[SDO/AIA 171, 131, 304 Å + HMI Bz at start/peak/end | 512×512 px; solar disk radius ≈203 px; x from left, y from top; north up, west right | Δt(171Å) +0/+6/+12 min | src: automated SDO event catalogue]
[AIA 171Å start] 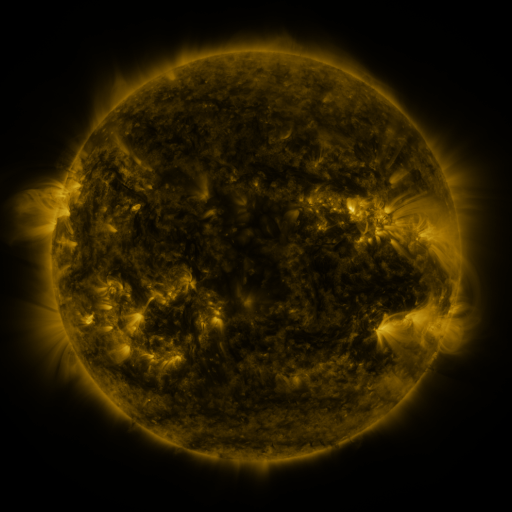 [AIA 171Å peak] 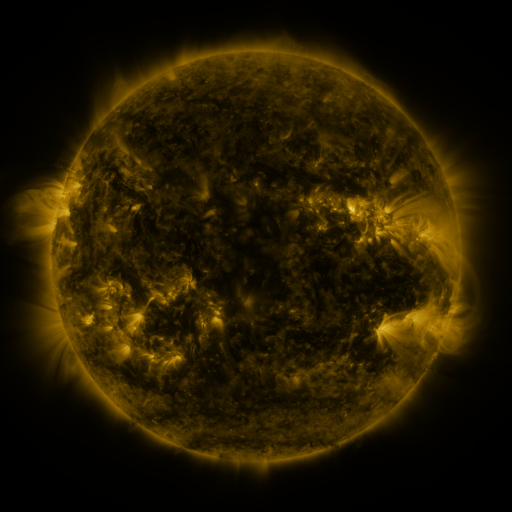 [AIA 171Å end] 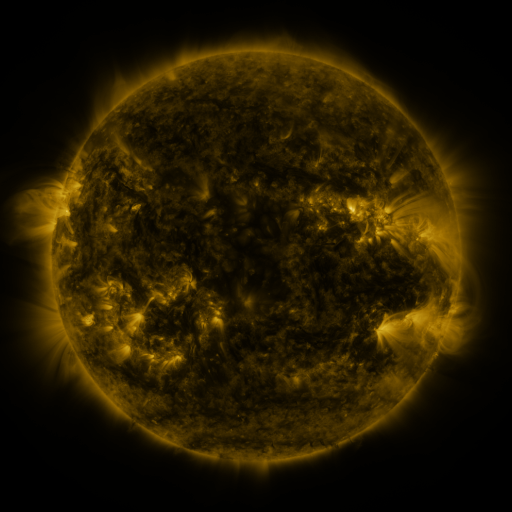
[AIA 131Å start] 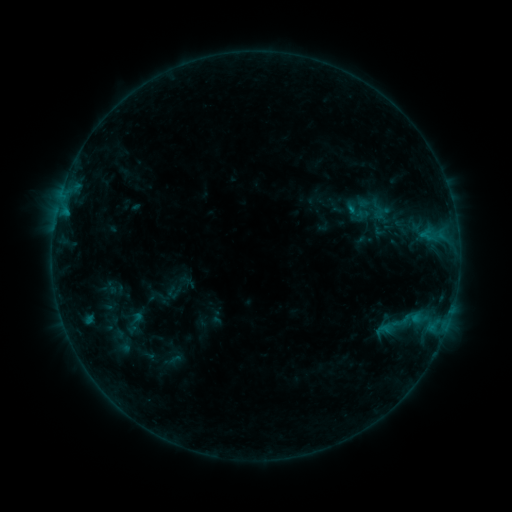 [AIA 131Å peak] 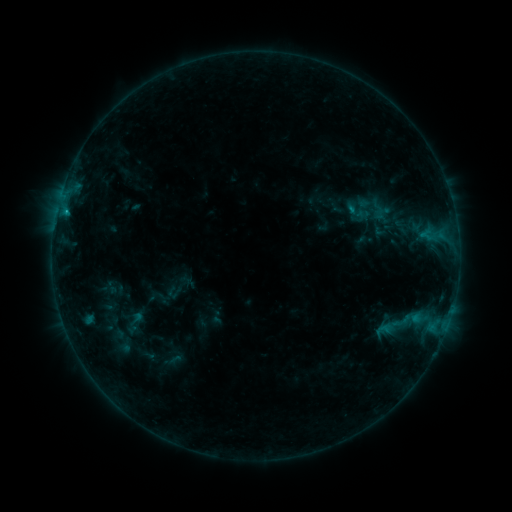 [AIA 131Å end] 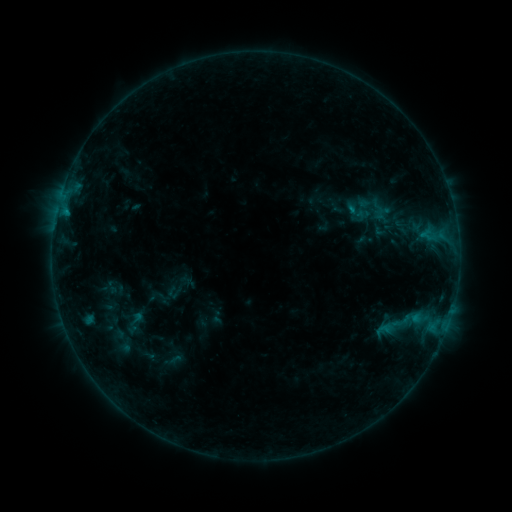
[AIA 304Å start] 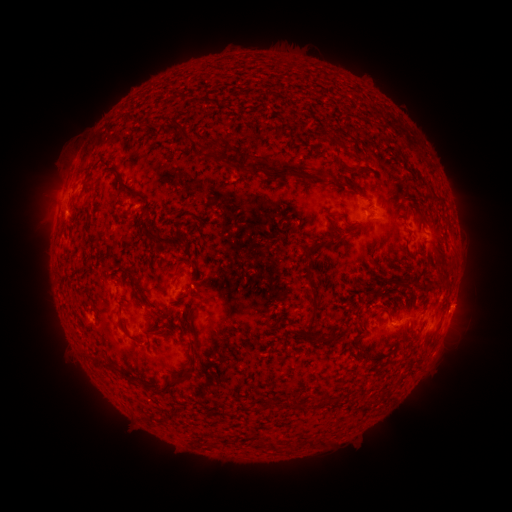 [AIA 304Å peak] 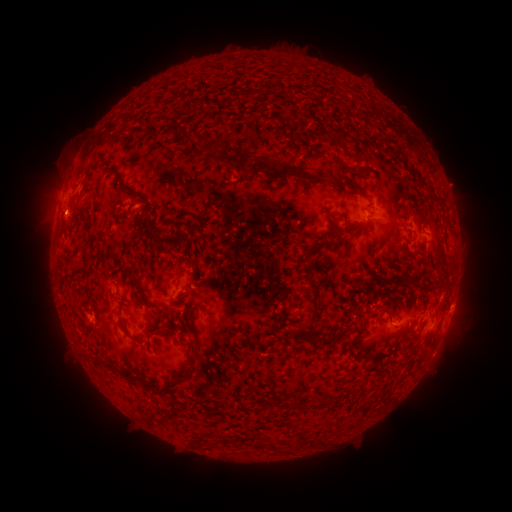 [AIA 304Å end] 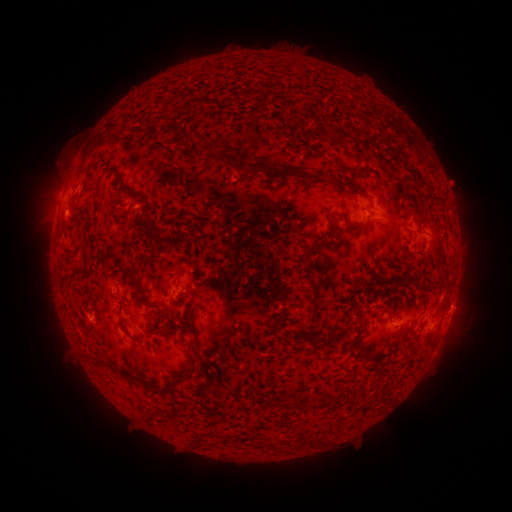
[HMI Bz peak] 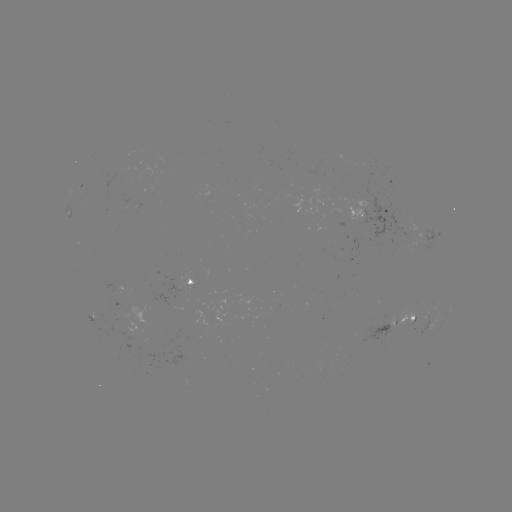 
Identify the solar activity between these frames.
B4.8 flare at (68, 212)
